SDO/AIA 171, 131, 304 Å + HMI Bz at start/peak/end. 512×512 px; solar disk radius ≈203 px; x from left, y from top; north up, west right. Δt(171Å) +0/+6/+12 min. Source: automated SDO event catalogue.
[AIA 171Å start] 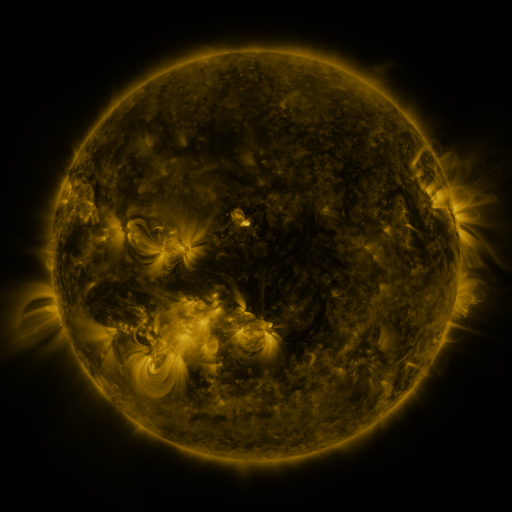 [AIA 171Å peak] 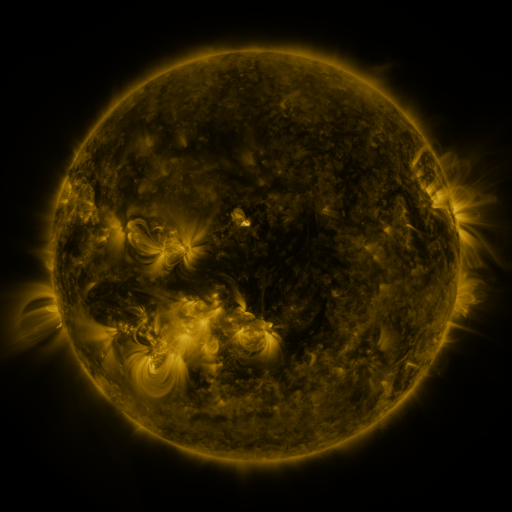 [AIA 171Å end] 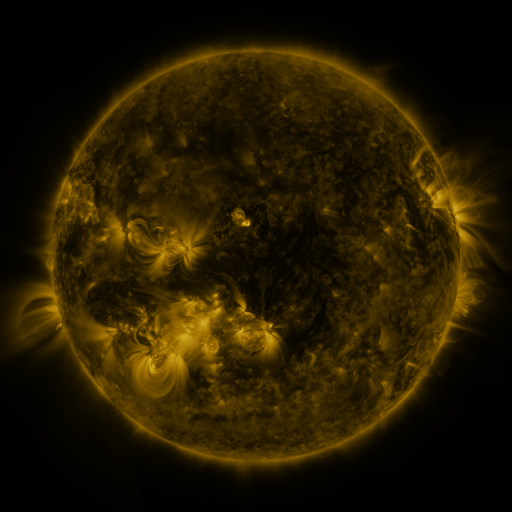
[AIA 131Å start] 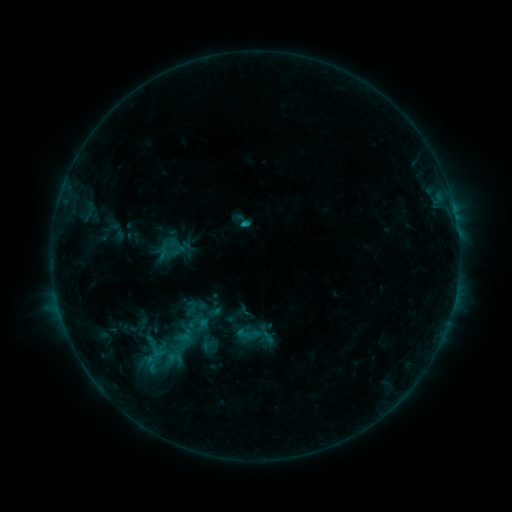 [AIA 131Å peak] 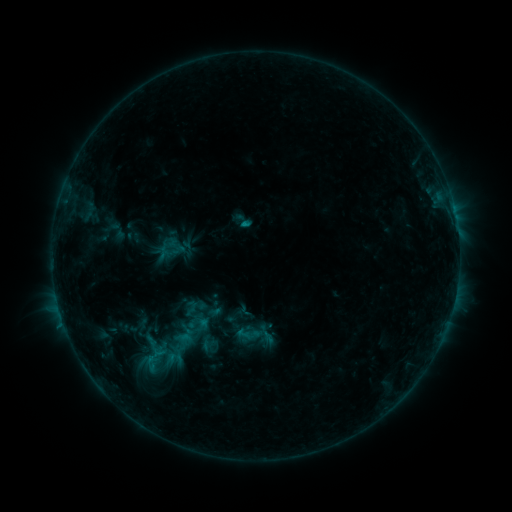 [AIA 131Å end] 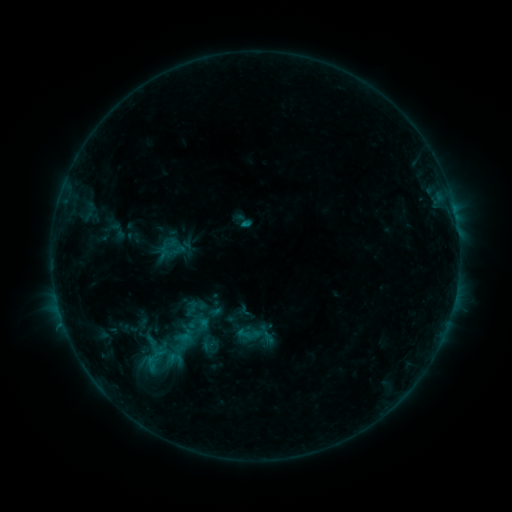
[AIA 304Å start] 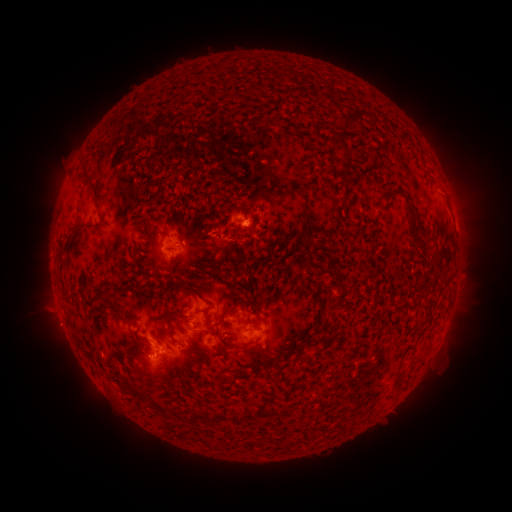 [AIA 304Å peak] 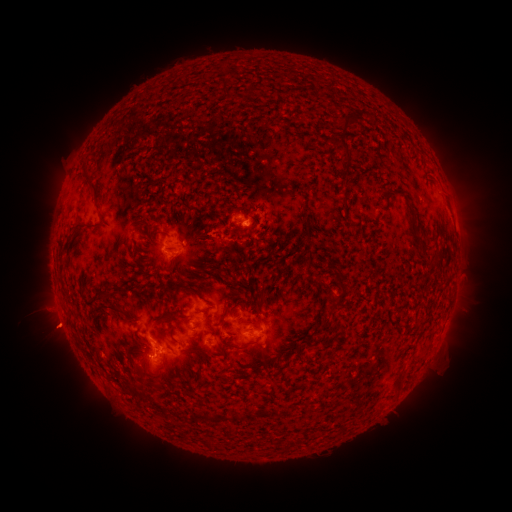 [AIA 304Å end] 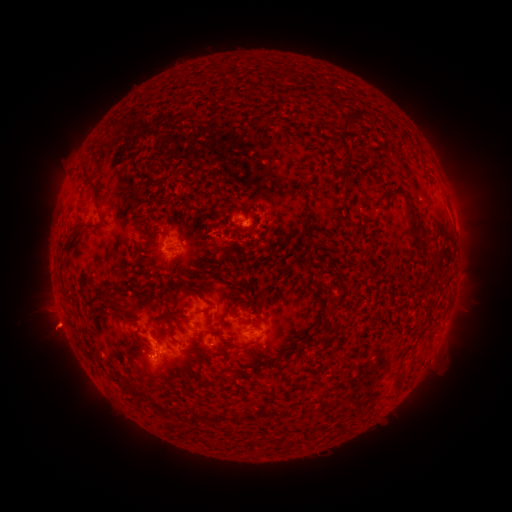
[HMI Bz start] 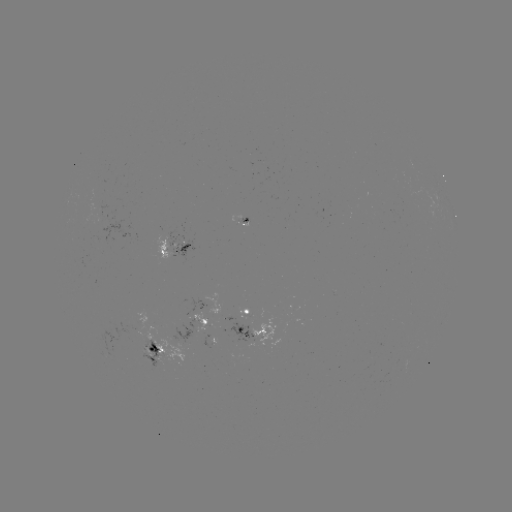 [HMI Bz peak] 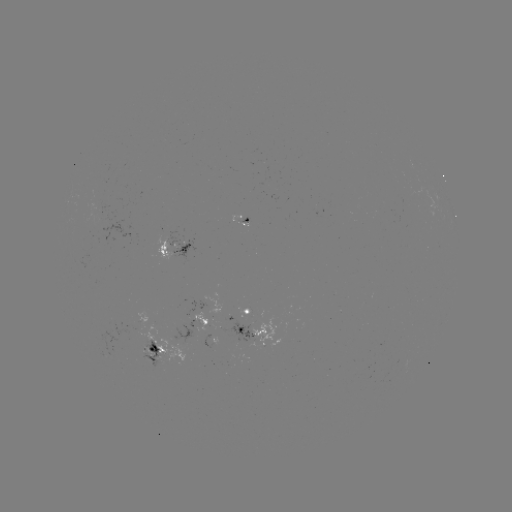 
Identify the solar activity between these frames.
eruption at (54, 331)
